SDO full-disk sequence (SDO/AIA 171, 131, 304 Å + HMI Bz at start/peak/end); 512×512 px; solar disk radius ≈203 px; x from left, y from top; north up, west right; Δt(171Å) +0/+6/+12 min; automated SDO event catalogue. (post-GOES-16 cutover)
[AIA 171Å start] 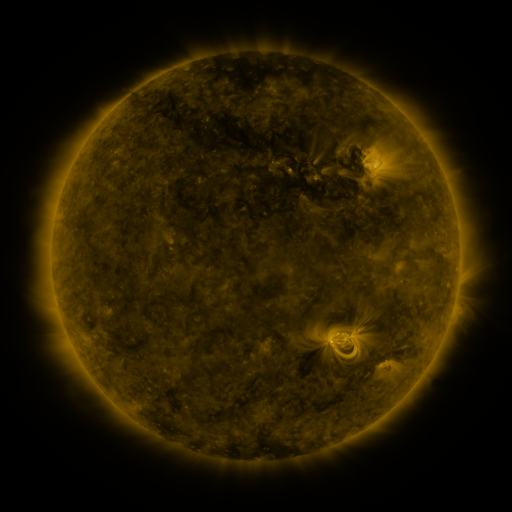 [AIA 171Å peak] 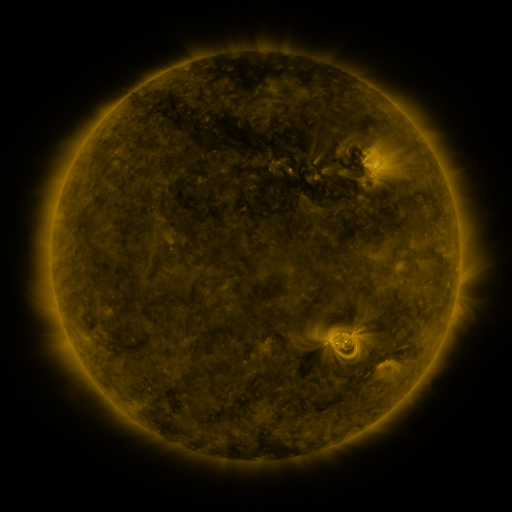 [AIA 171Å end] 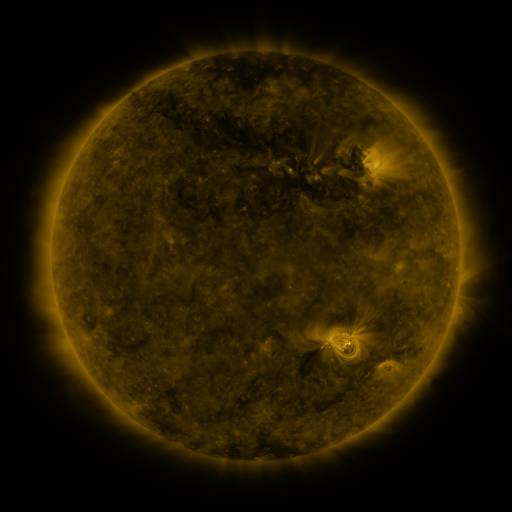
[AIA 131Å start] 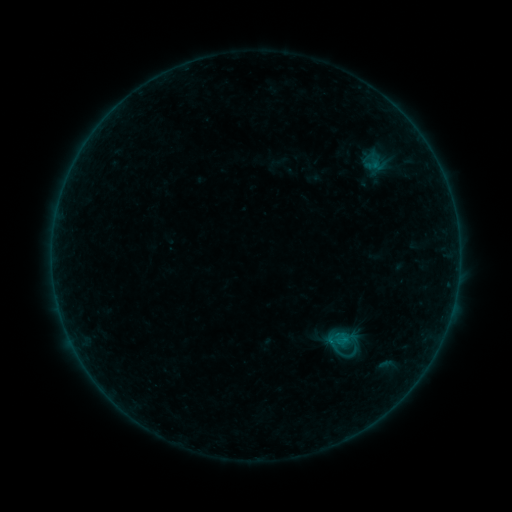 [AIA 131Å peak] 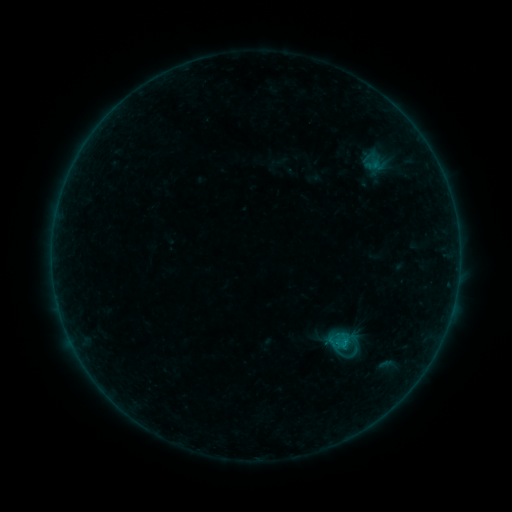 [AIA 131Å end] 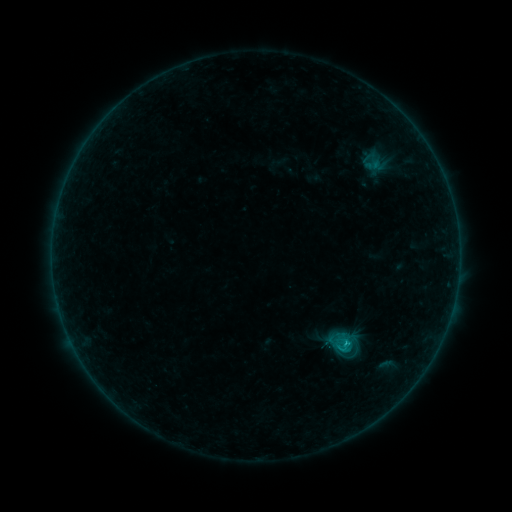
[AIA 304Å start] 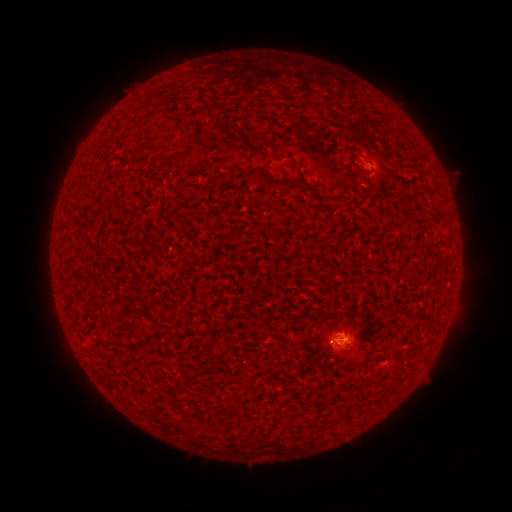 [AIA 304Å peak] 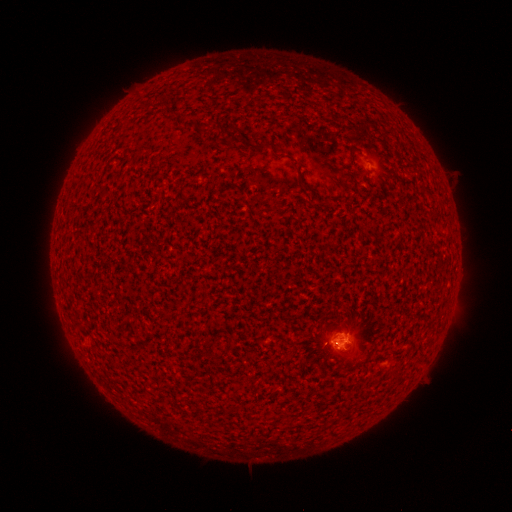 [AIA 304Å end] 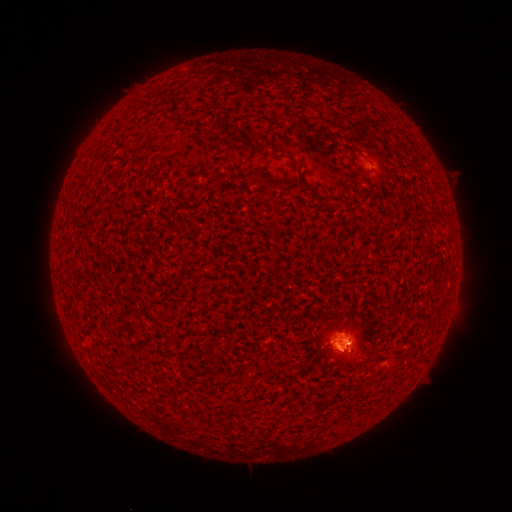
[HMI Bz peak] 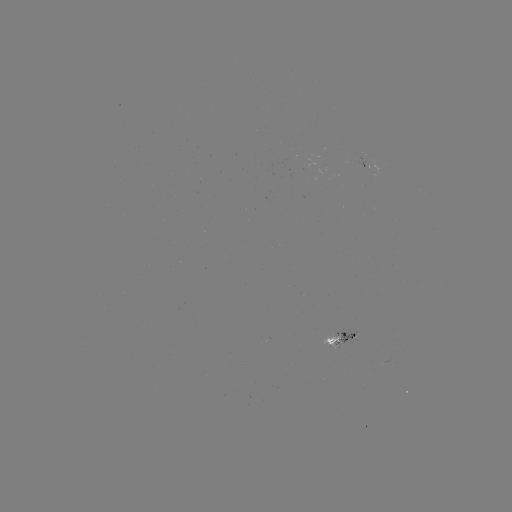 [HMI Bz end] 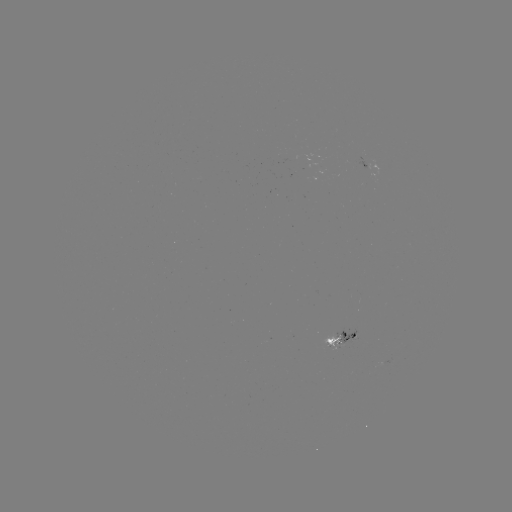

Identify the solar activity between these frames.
eruption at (345, 360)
